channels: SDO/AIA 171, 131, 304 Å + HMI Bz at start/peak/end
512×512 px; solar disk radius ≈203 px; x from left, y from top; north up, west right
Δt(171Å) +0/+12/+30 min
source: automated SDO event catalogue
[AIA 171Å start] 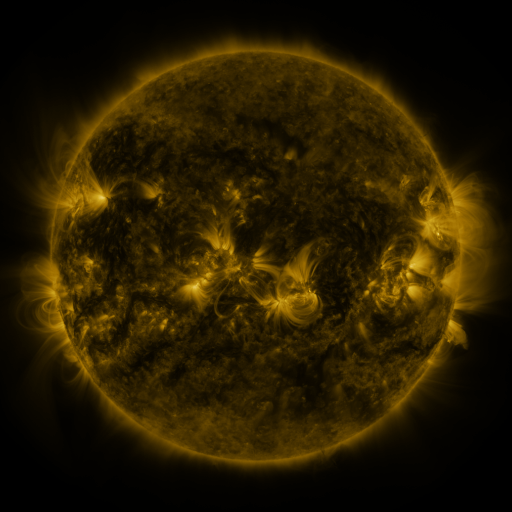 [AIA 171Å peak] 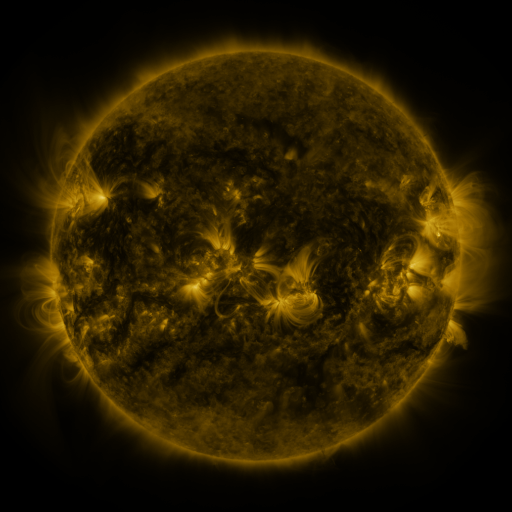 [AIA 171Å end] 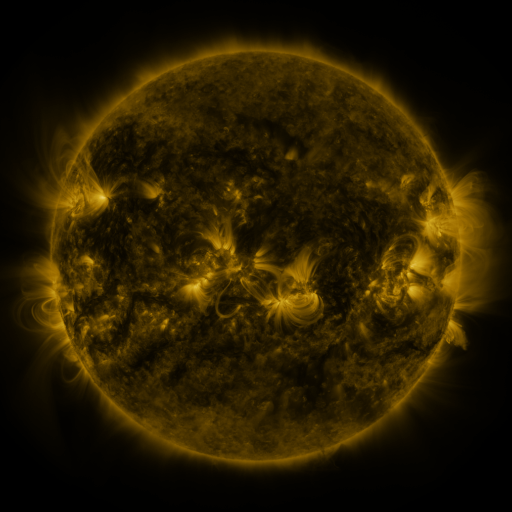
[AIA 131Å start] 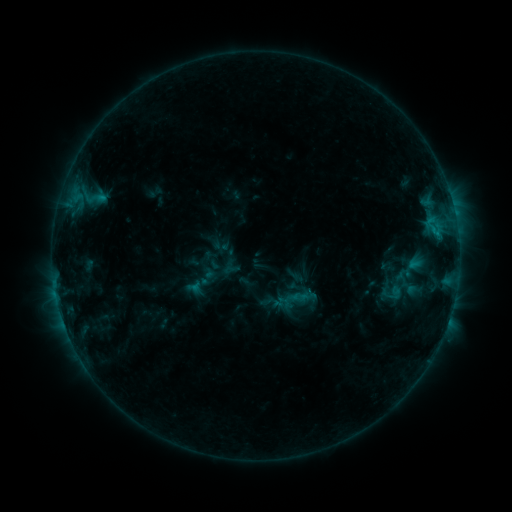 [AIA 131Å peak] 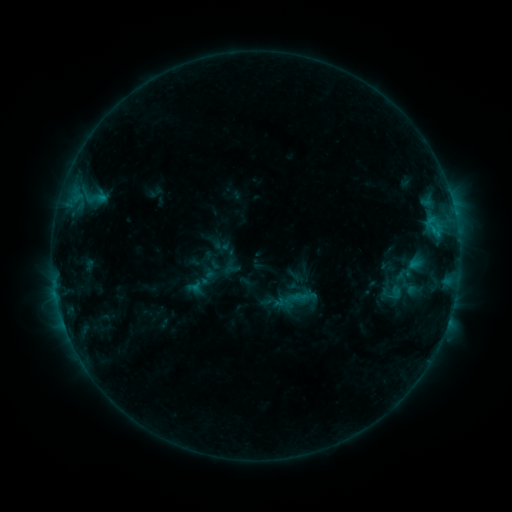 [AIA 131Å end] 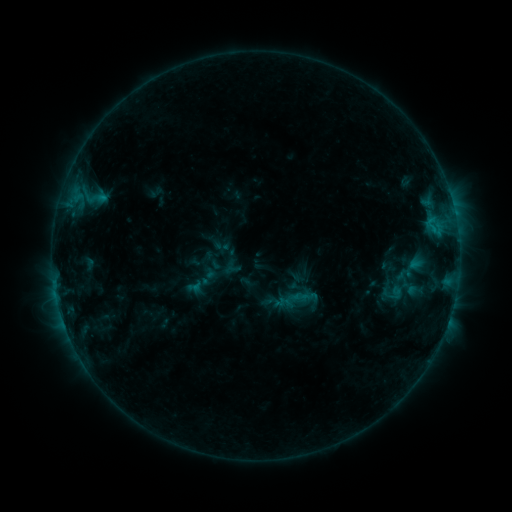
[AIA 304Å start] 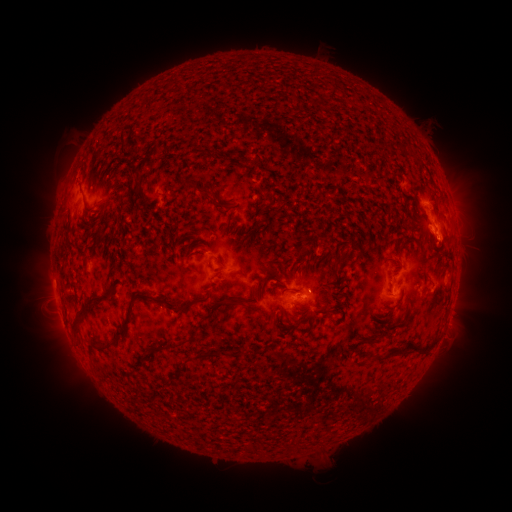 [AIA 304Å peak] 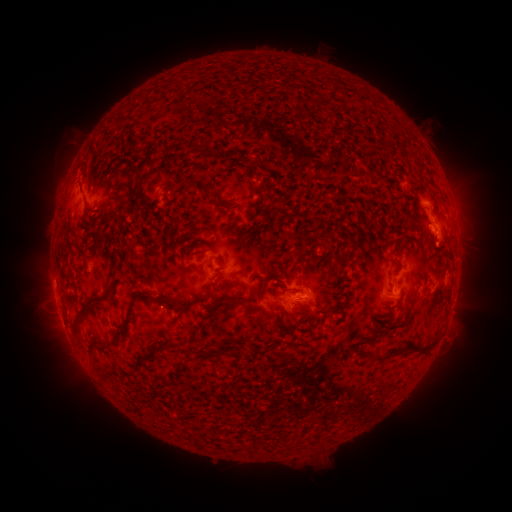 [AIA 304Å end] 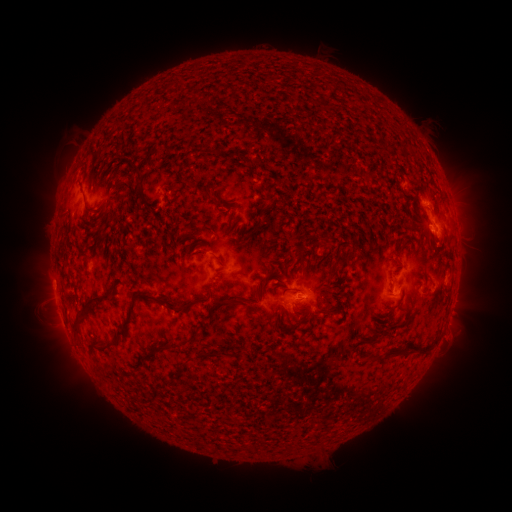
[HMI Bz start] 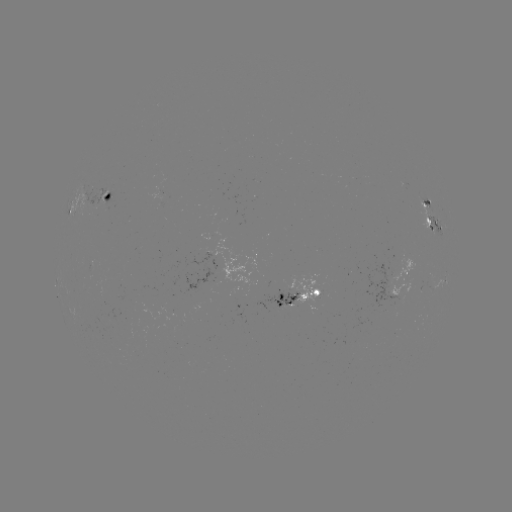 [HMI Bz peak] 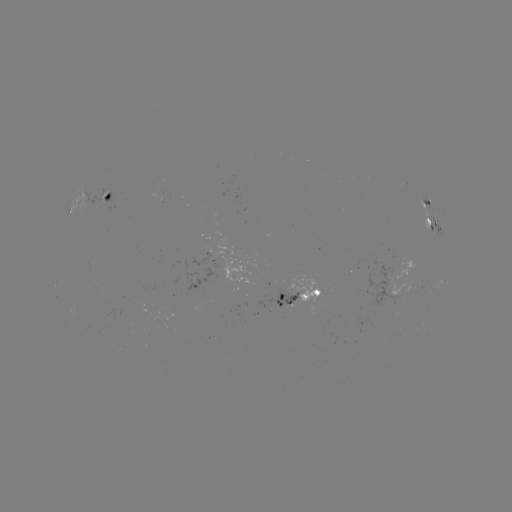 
no classed flare was catalogued and no EUV brightening was flagged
